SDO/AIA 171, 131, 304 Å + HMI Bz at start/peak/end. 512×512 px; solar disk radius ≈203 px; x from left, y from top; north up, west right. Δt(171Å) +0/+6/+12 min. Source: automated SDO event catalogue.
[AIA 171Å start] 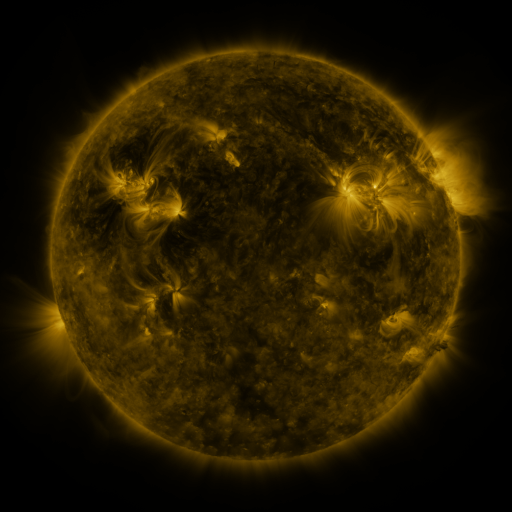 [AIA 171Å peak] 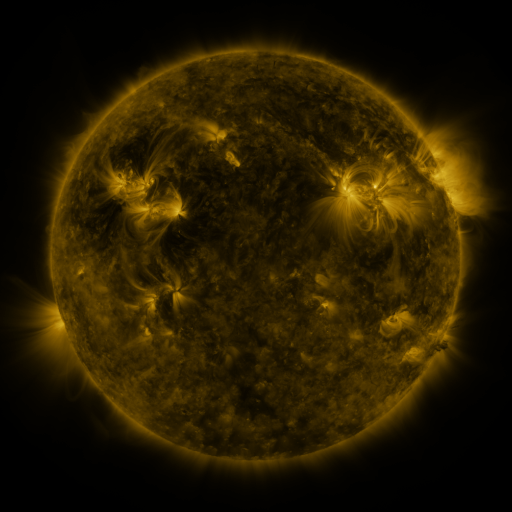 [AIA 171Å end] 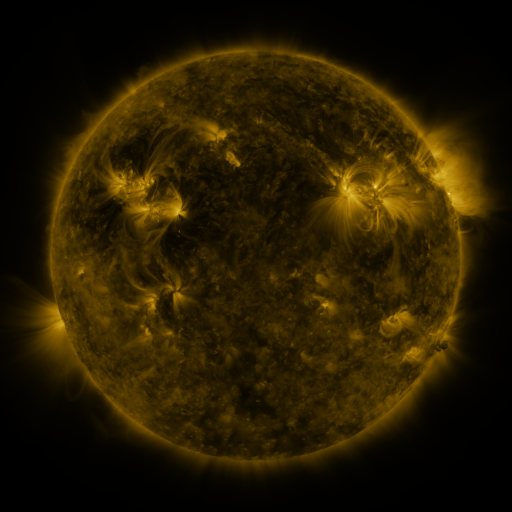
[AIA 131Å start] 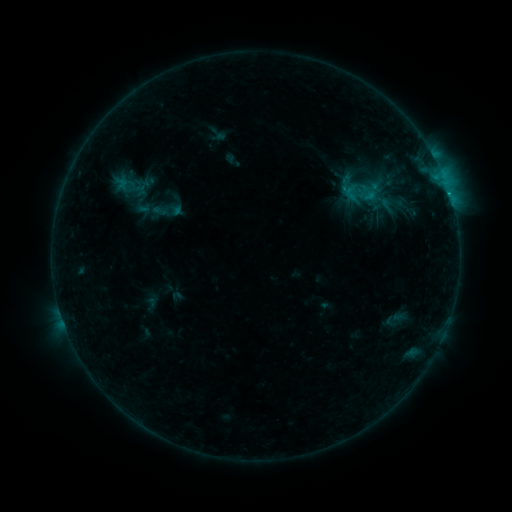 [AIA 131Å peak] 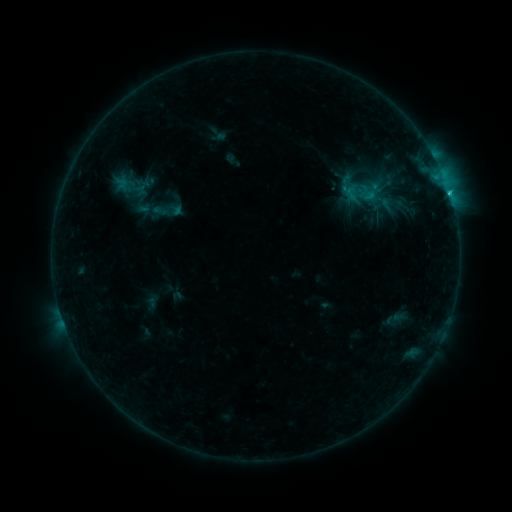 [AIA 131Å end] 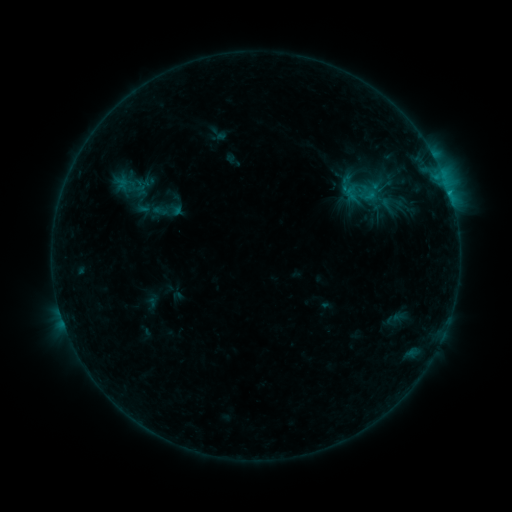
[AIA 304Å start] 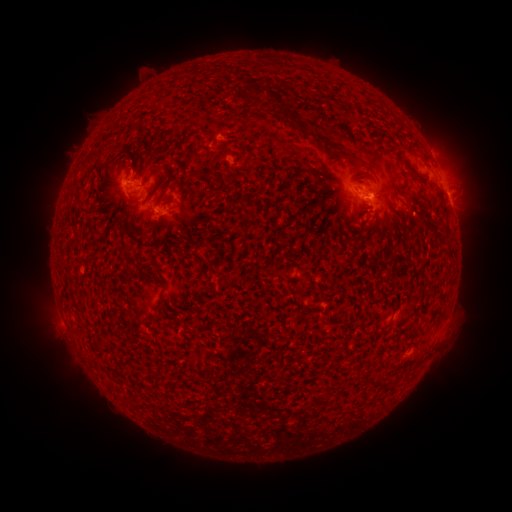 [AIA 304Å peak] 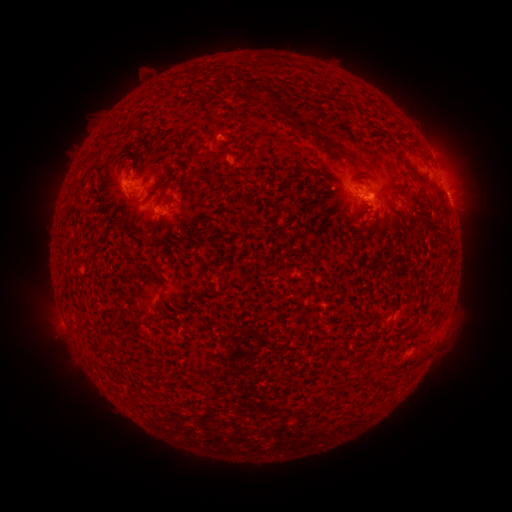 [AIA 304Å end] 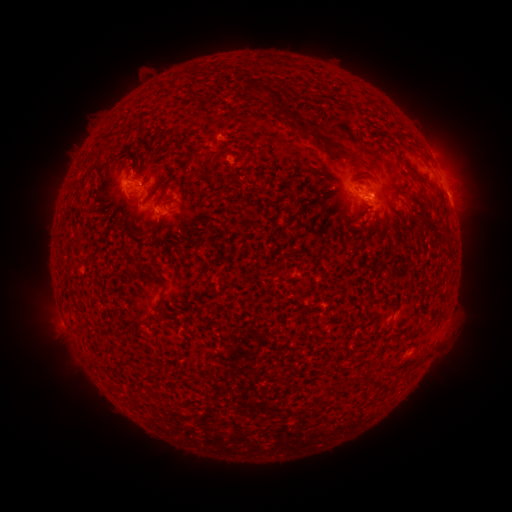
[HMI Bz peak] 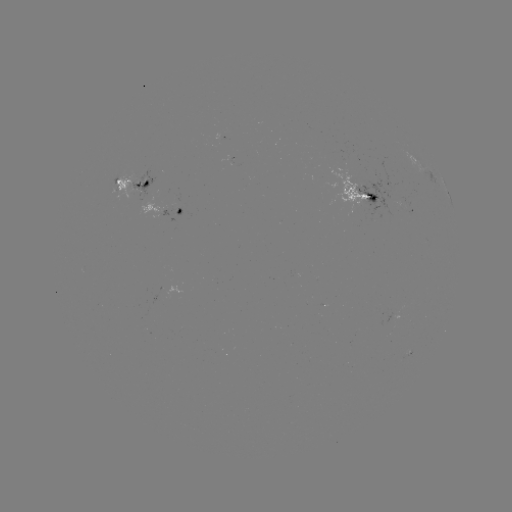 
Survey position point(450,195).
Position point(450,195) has B9.4 flare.